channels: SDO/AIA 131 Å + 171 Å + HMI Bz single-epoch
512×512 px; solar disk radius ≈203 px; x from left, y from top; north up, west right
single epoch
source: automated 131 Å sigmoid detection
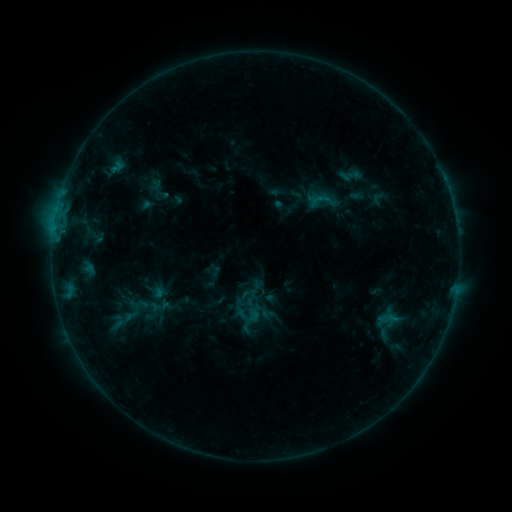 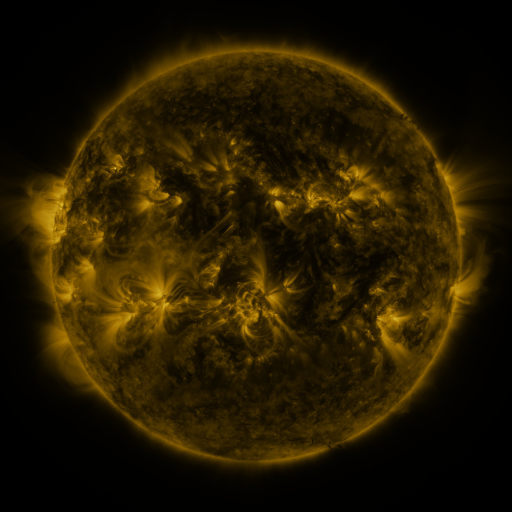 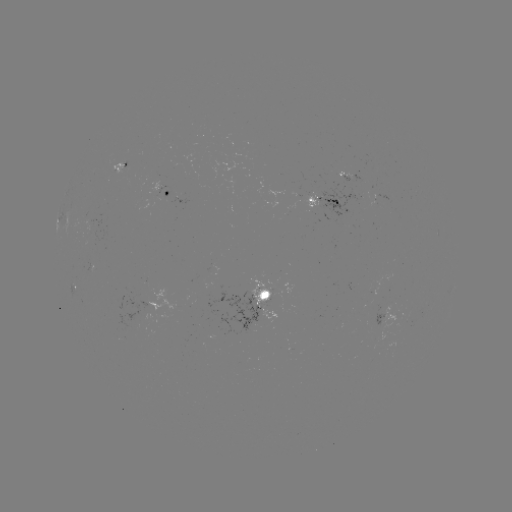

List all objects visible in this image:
sigmoid: (351, 175)
sigmoid: (324, 200)
